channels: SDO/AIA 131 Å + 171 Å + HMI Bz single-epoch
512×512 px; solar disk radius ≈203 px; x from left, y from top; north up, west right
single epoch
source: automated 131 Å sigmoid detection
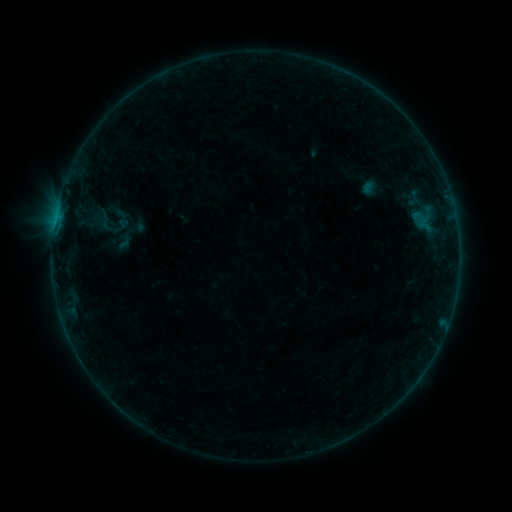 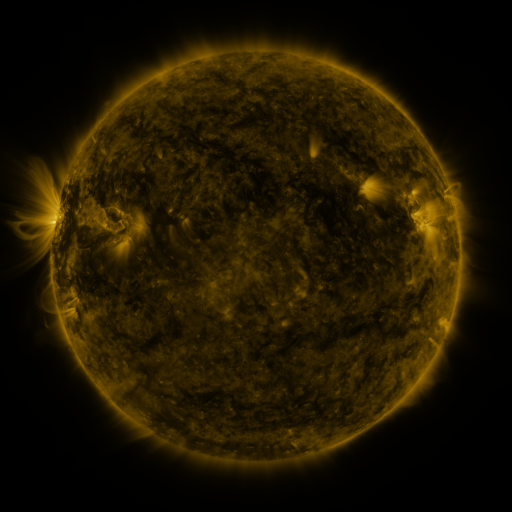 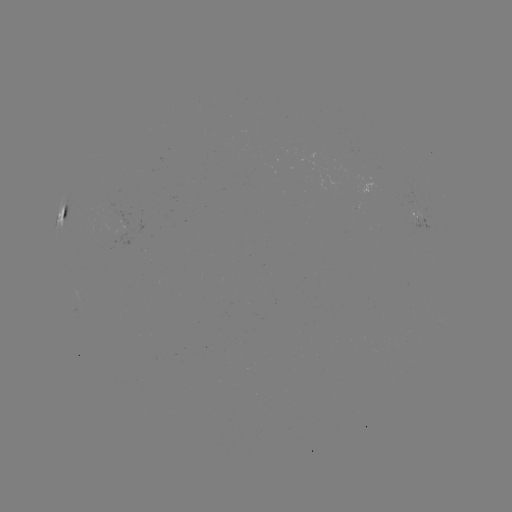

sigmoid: [96, 213, 115, 232]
